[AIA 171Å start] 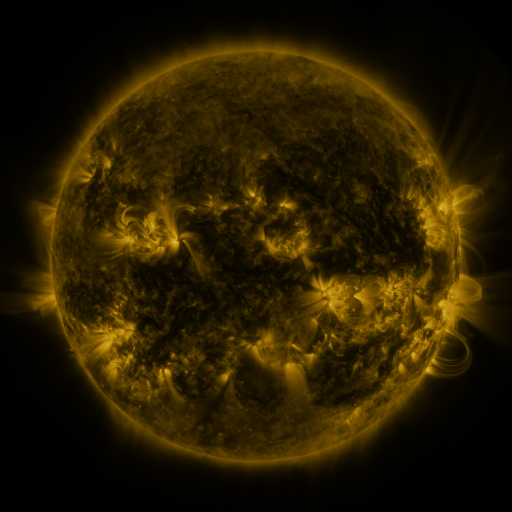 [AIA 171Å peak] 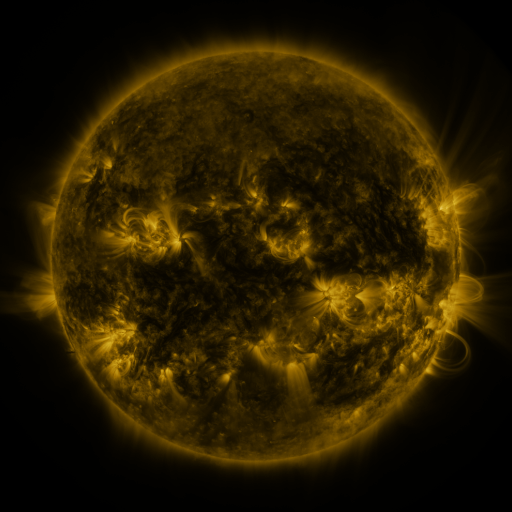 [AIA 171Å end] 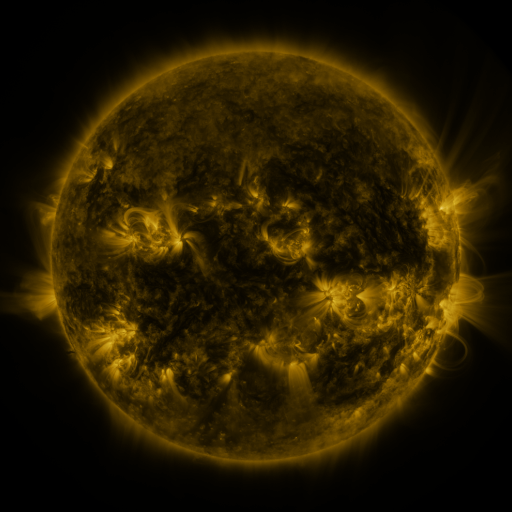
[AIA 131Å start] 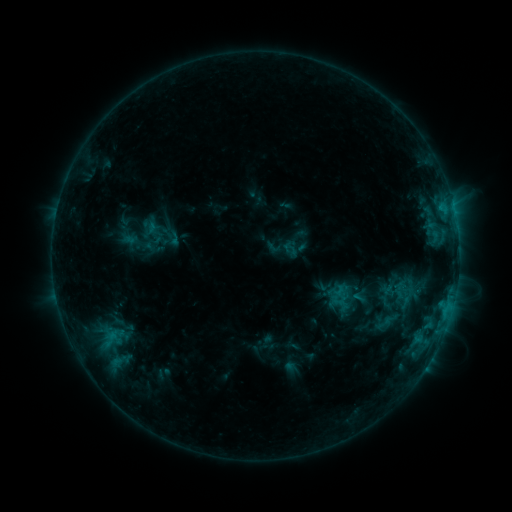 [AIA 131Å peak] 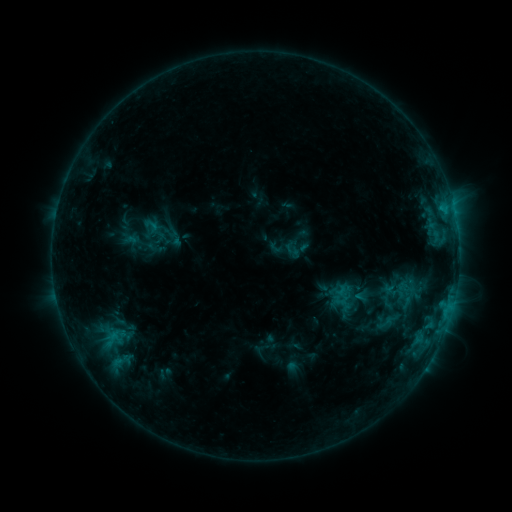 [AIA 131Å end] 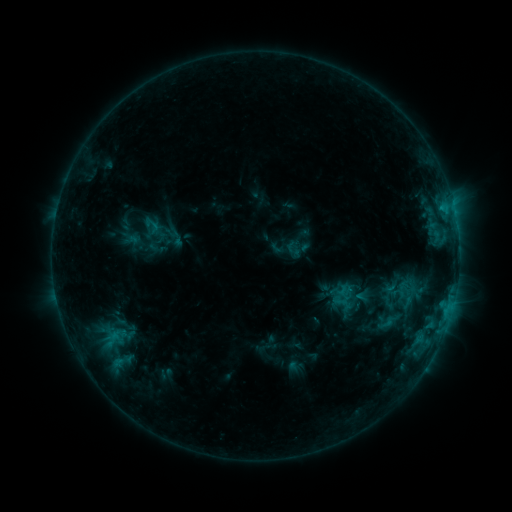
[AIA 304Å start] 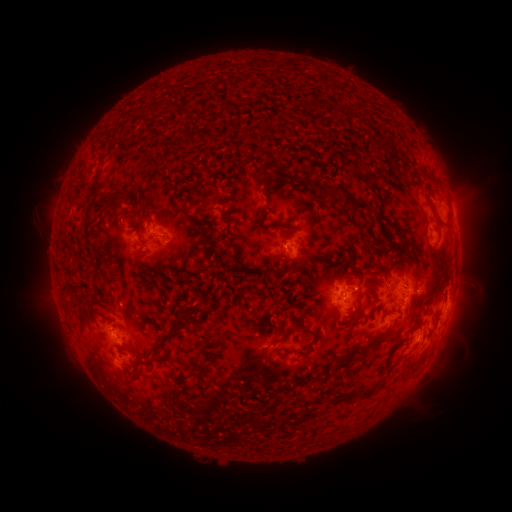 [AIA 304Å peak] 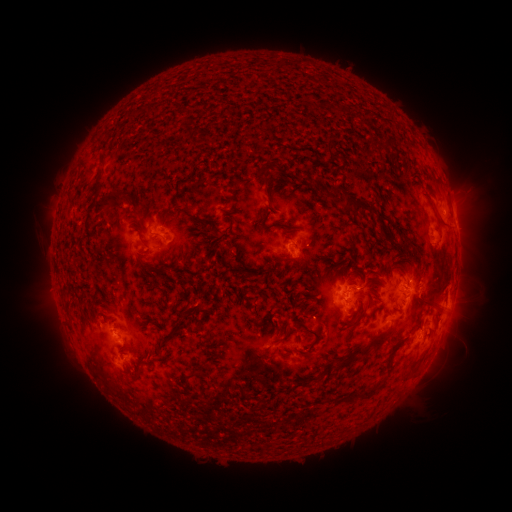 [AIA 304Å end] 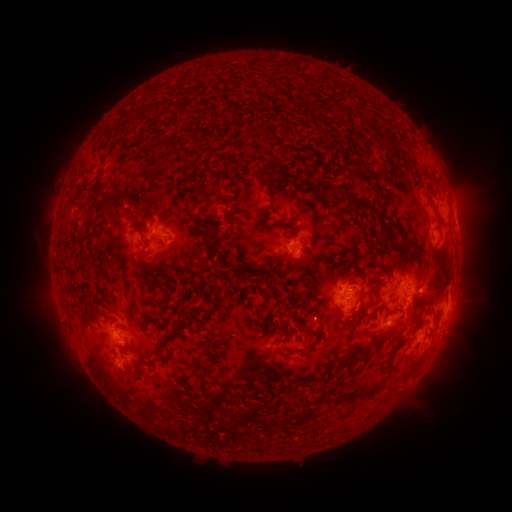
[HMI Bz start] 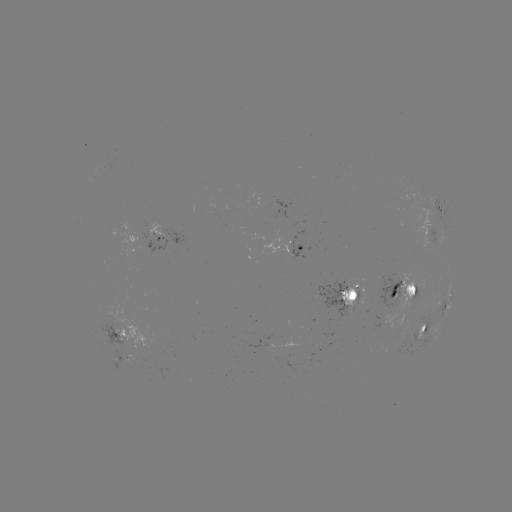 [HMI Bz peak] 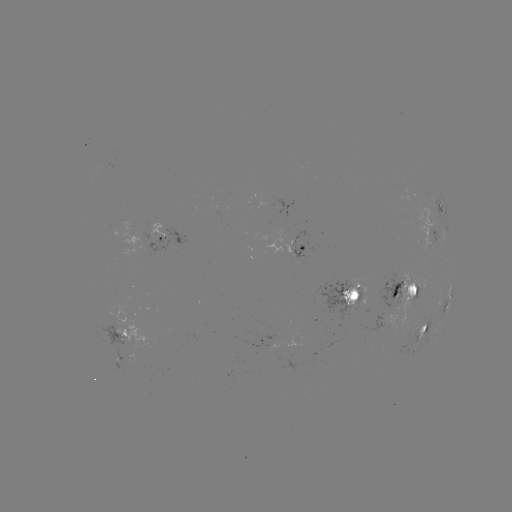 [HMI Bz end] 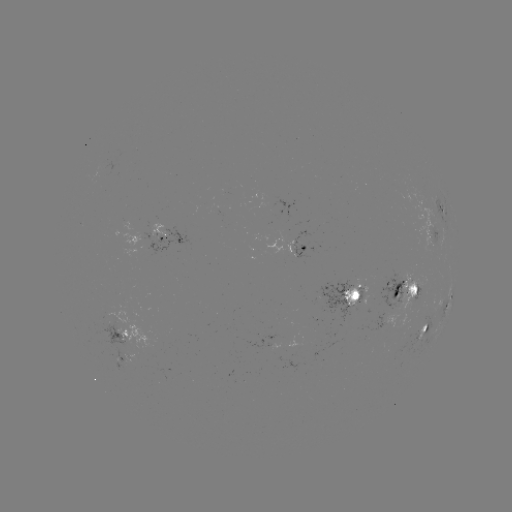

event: emerging-flux region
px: (217, 206)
